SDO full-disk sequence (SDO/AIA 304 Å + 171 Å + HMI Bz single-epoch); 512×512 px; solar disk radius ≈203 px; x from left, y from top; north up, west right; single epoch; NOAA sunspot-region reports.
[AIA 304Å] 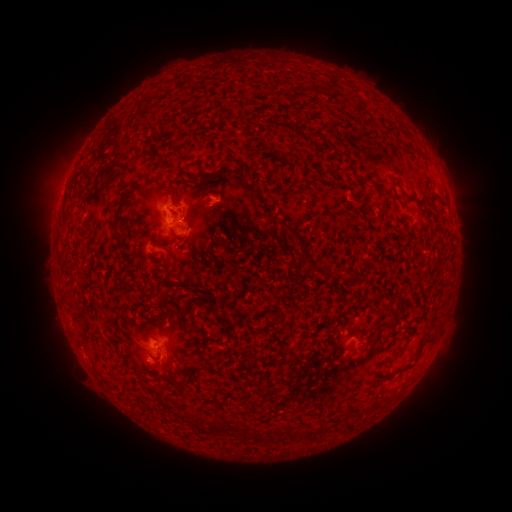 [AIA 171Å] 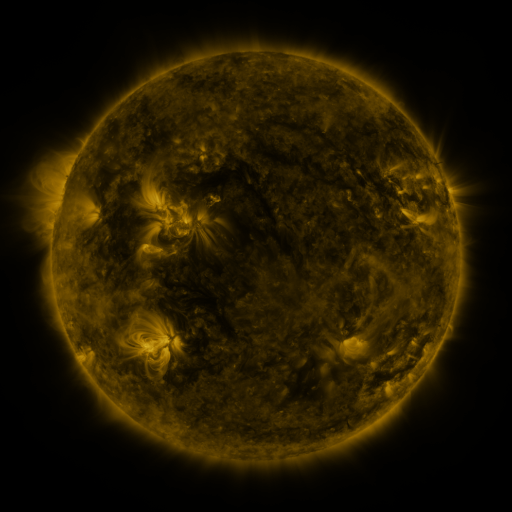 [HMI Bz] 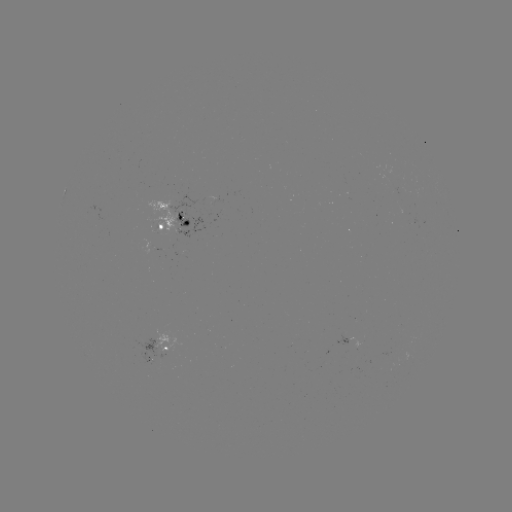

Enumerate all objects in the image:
spotted active region: (173, 221)
spotted active region: (347, 339)
spotted active region: (169, 348)
